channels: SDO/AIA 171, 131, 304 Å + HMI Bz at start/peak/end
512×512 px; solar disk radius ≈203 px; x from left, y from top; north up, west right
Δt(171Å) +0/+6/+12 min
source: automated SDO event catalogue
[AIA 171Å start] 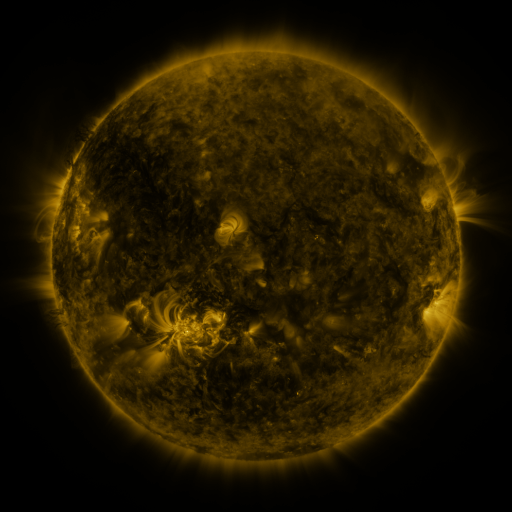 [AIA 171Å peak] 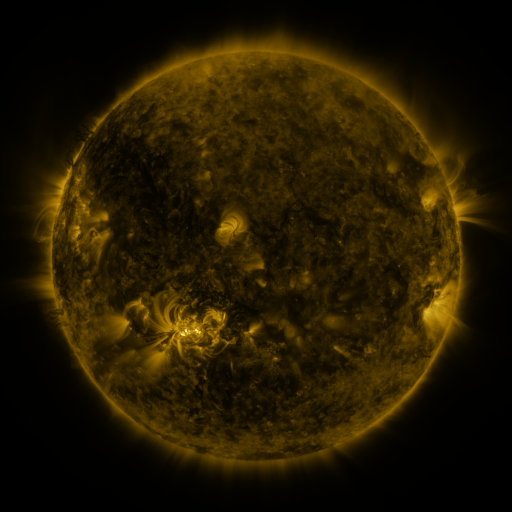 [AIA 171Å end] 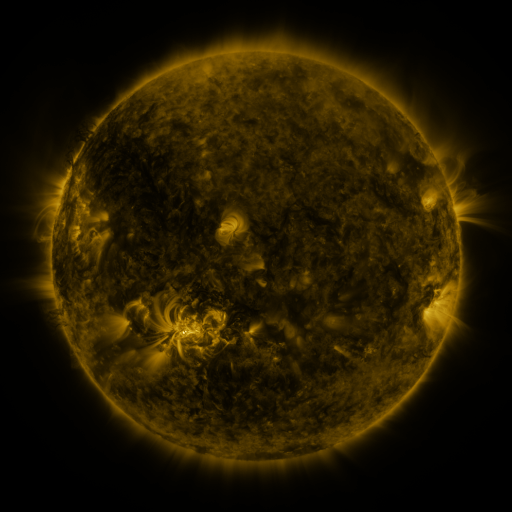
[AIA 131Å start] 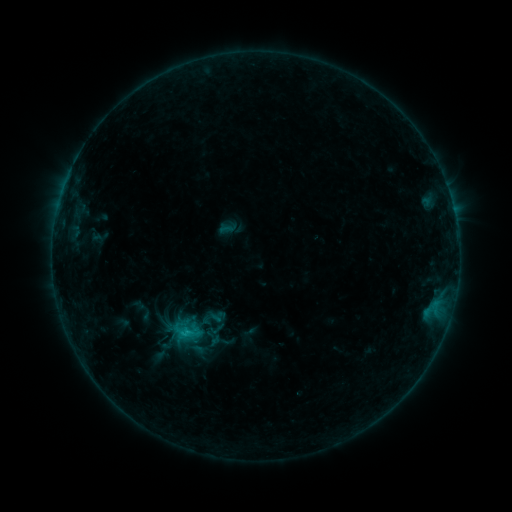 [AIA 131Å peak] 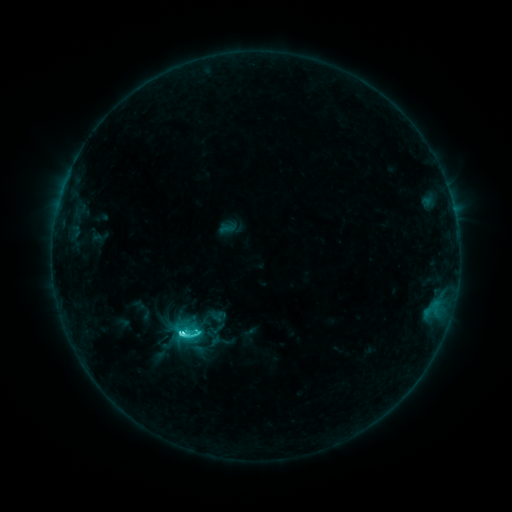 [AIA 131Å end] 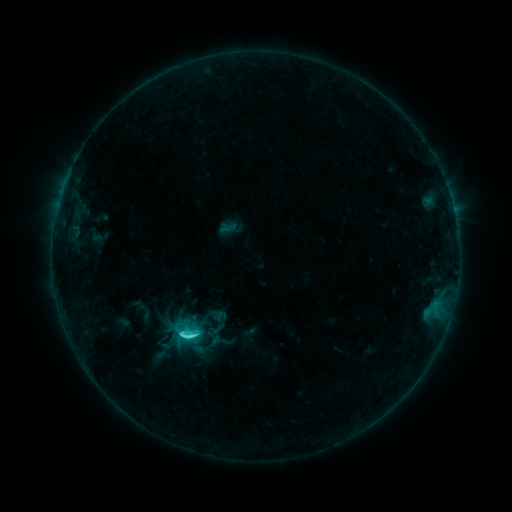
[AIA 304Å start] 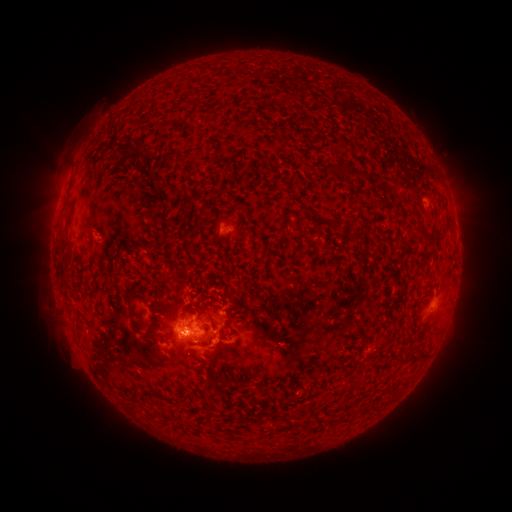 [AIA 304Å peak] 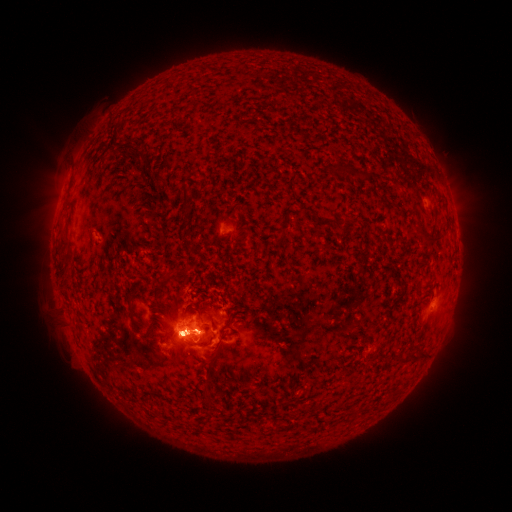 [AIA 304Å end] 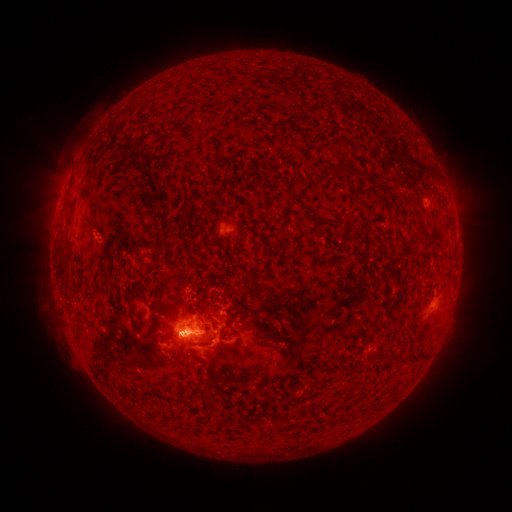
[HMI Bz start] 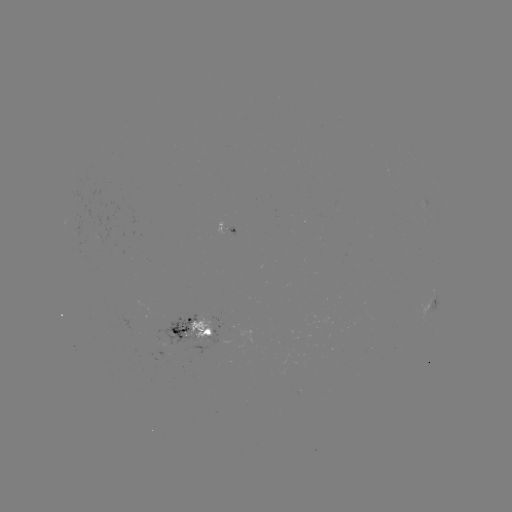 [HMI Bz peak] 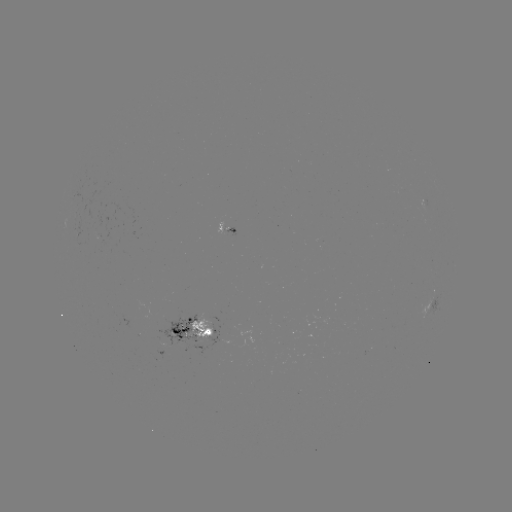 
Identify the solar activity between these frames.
C6.7 flare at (182, 333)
